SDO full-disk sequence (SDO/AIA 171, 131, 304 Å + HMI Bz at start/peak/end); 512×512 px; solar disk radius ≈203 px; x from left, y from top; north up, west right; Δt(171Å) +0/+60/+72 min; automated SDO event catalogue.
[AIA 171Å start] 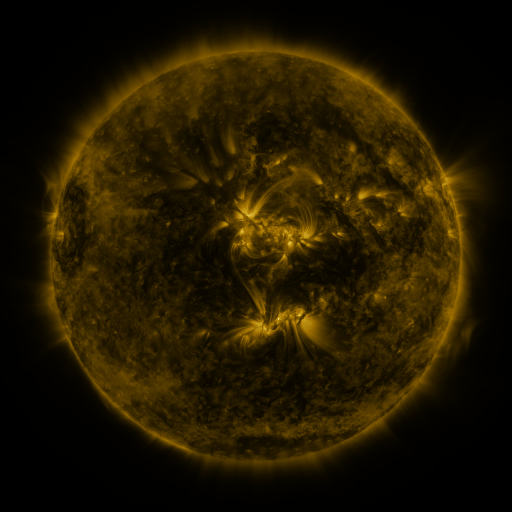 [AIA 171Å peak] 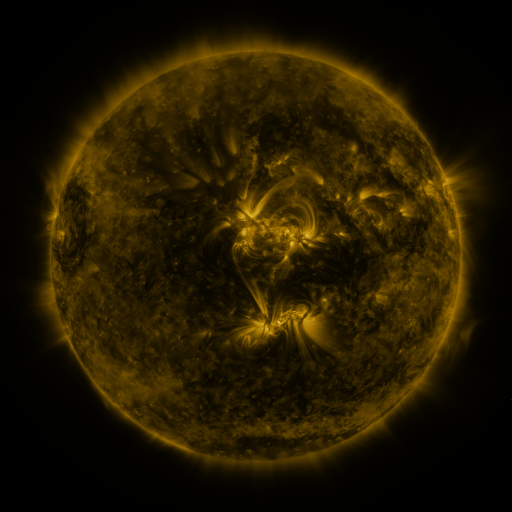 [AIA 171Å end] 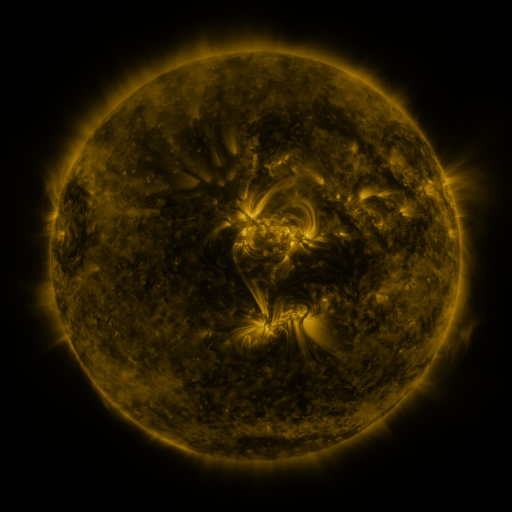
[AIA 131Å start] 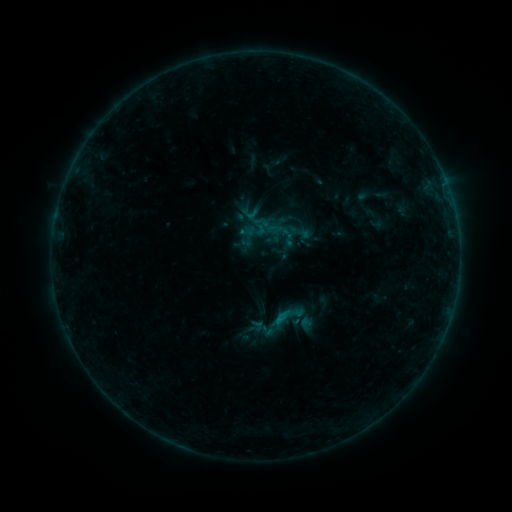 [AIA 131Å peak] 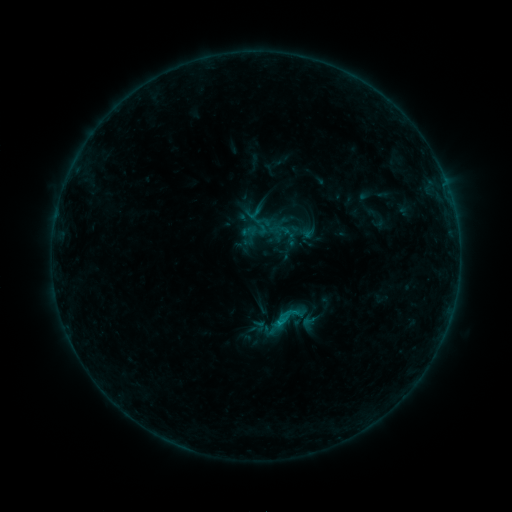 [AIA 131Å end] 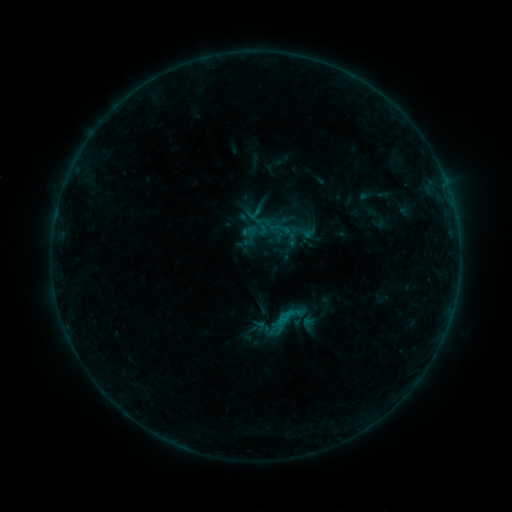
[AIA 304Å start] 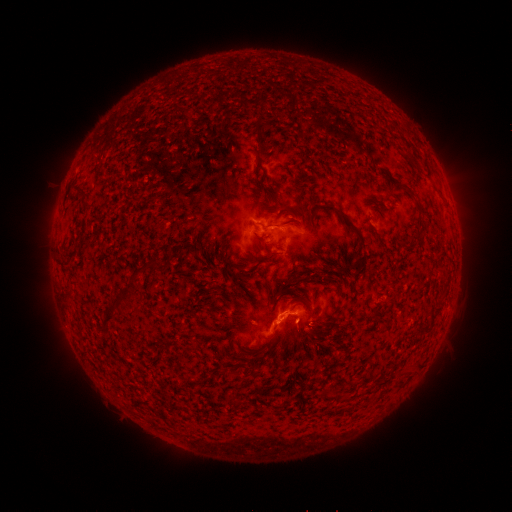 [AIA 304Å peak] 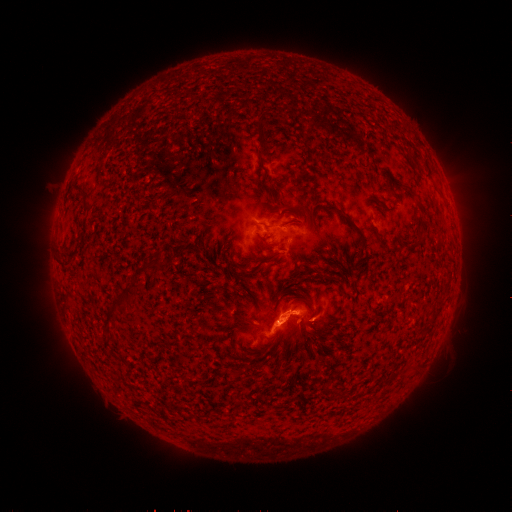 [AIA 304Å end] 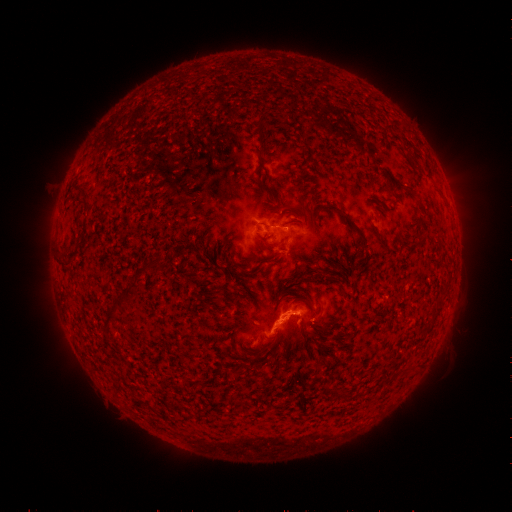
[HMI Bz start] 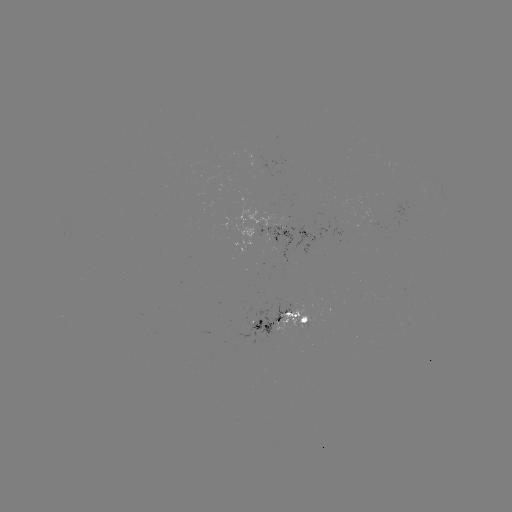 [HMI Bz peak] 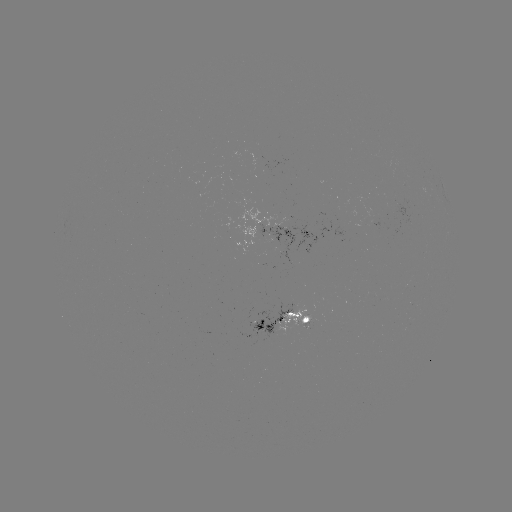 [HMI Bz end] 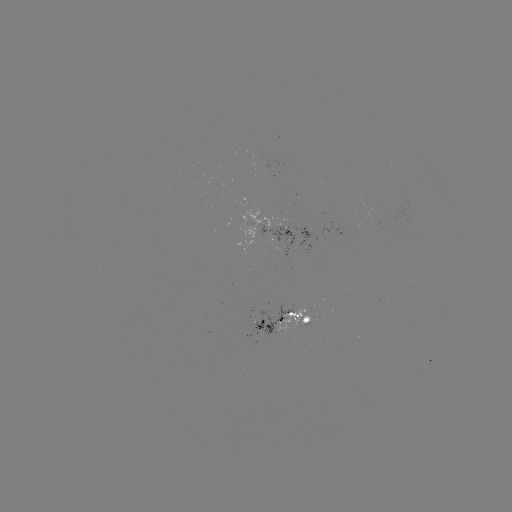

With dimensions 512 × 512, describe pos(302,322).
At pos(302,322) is emerging-flux region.